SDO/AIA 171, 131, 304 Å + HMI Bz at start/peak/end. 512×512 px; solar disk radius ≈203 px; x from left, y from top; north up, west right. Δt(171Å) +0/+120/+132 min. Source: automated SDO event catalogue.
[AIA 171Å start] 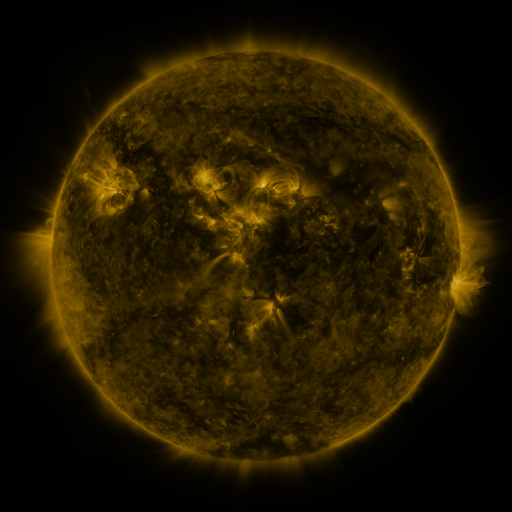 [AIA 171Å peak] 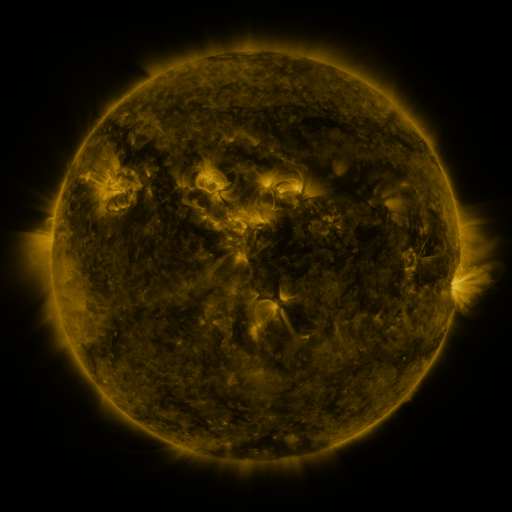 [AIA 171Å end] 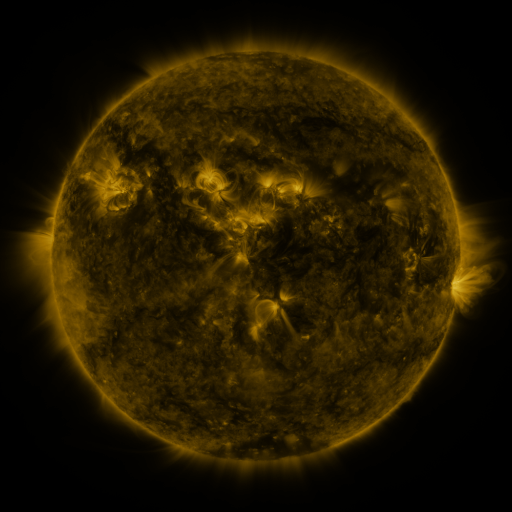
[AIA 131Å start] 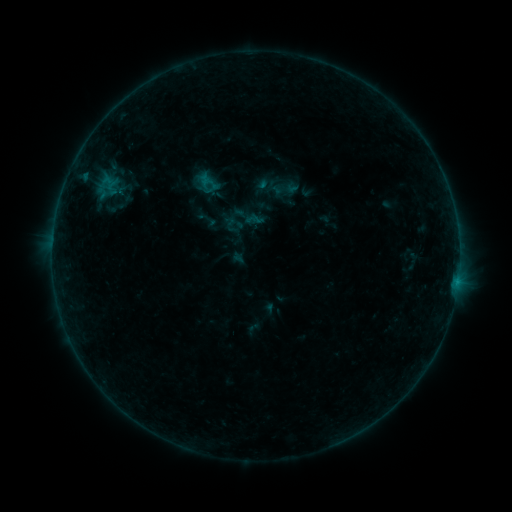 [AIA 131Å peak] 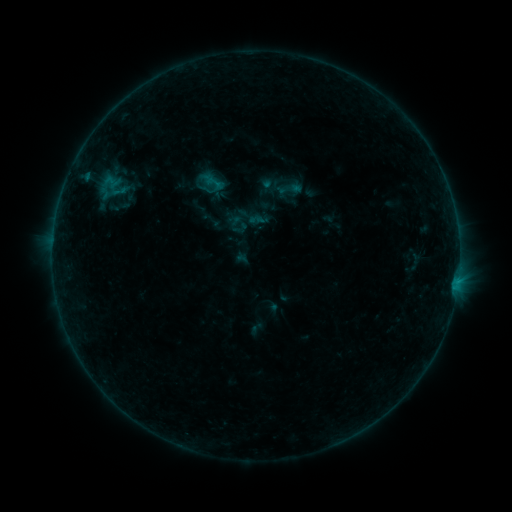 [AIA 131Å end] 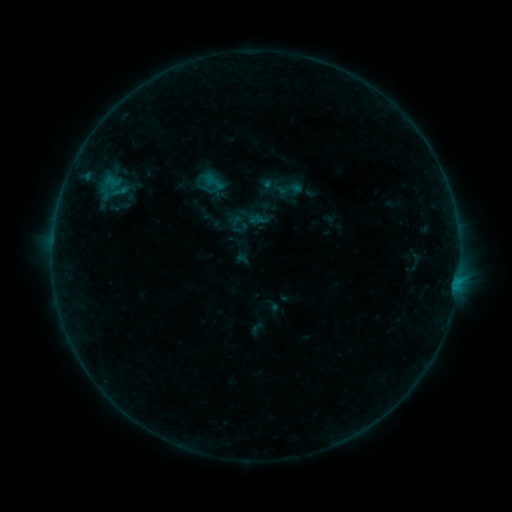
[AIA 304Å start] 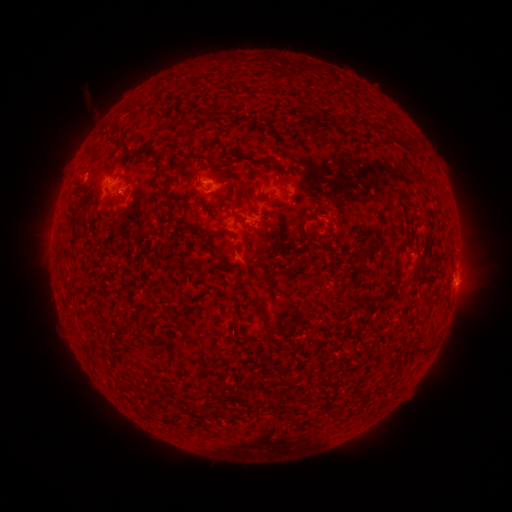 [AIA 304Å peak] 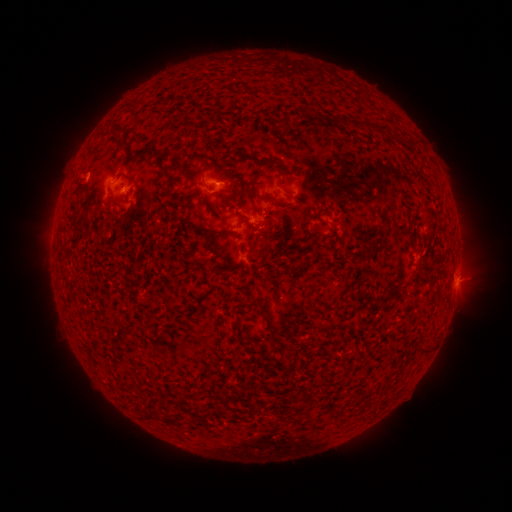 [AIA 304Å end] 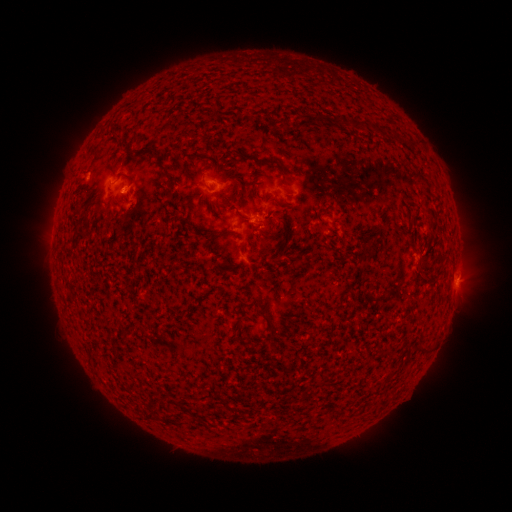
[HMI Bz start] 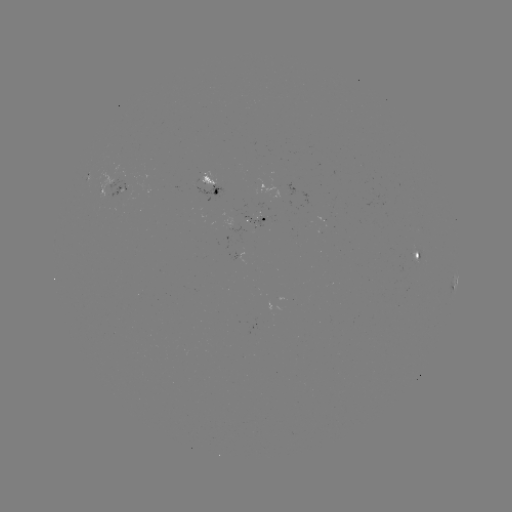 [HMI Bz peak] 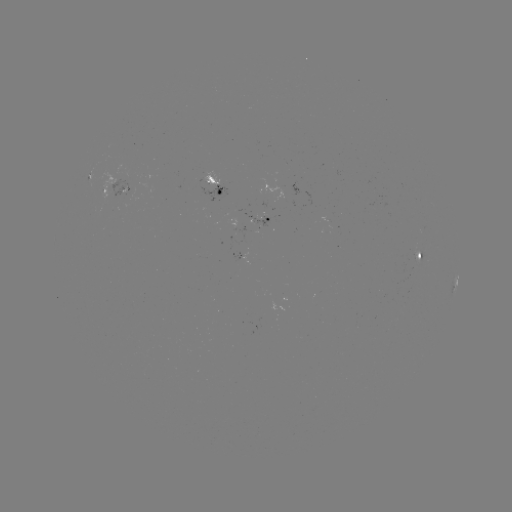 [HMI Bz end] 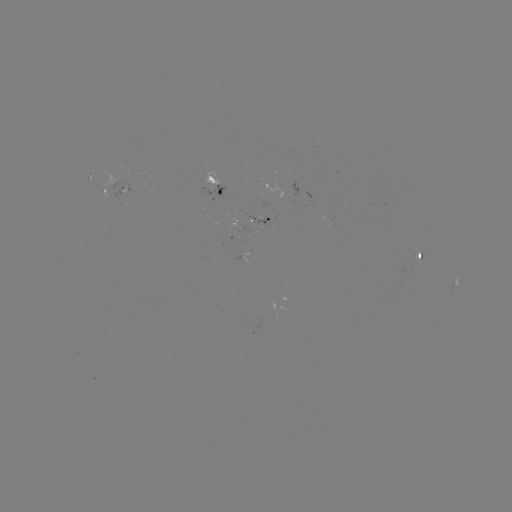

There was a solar emerging-flux region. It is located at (263, 218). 